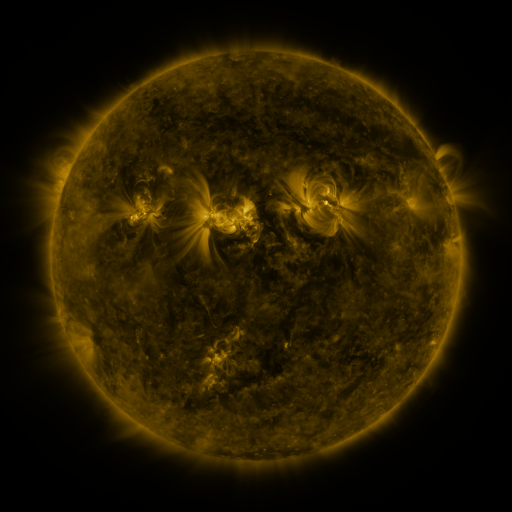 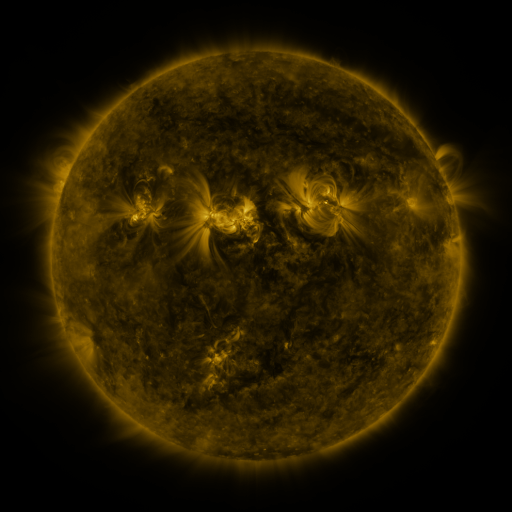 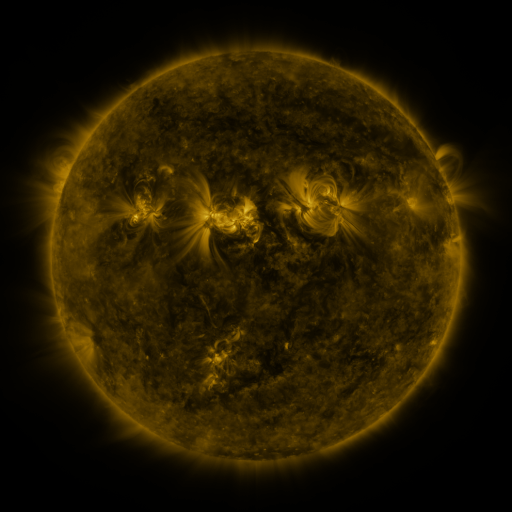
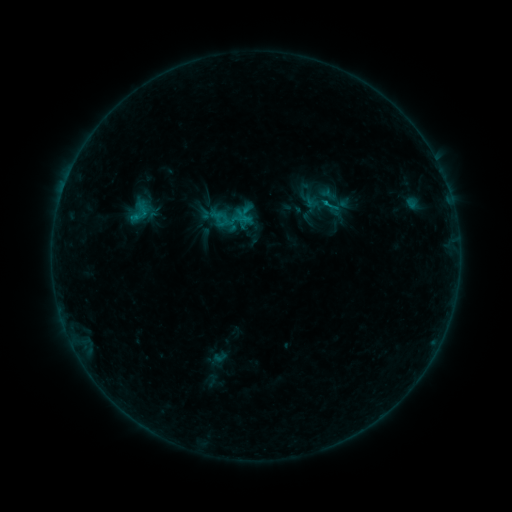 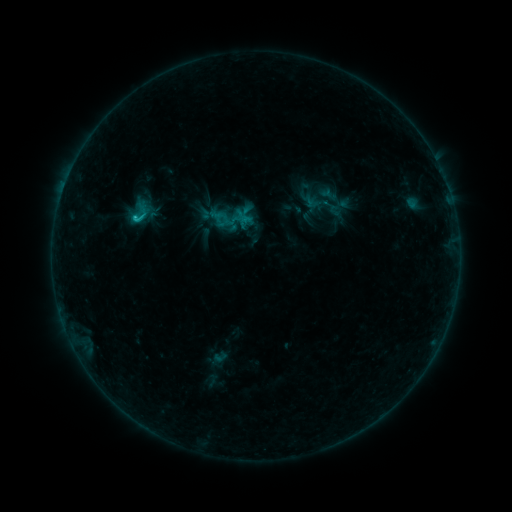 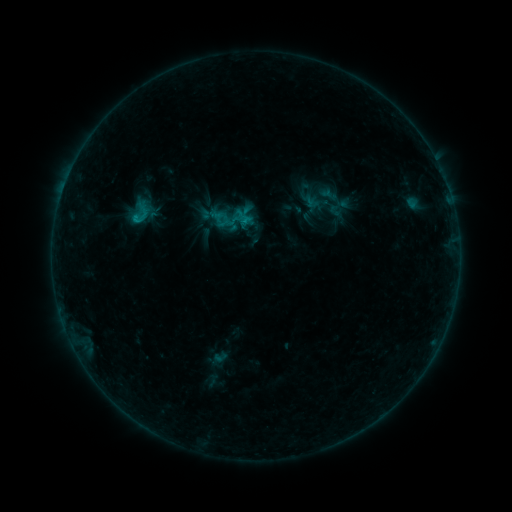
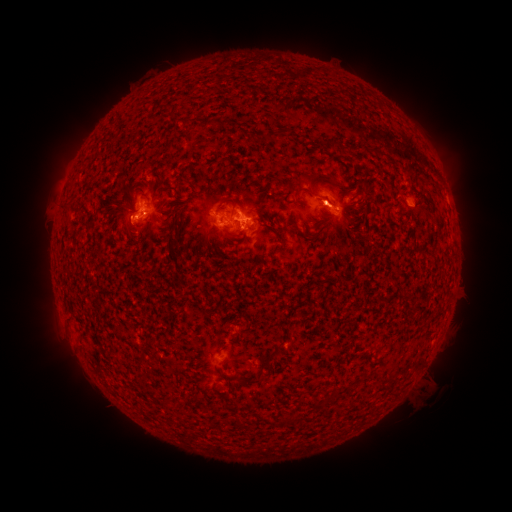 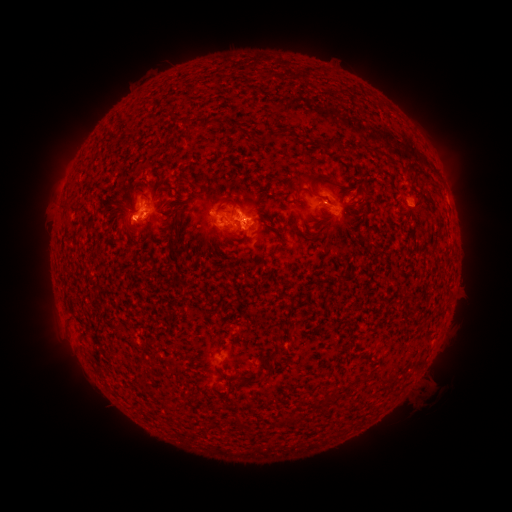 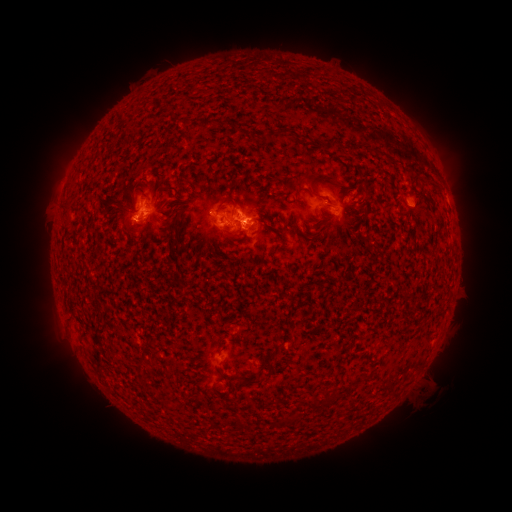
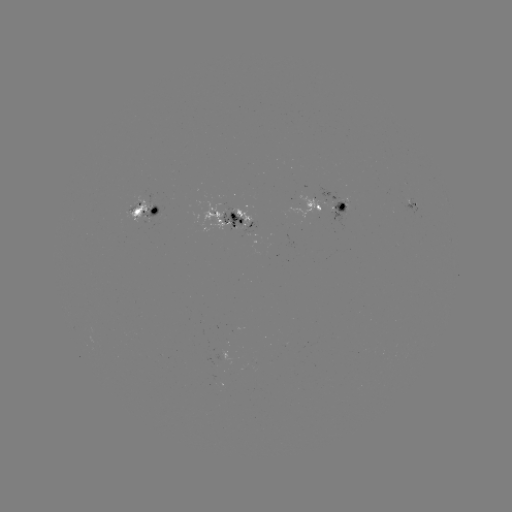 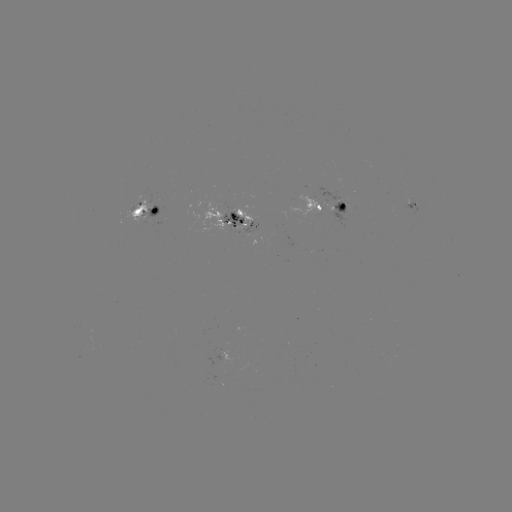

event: flare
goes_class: C1.0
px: (137, 219)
